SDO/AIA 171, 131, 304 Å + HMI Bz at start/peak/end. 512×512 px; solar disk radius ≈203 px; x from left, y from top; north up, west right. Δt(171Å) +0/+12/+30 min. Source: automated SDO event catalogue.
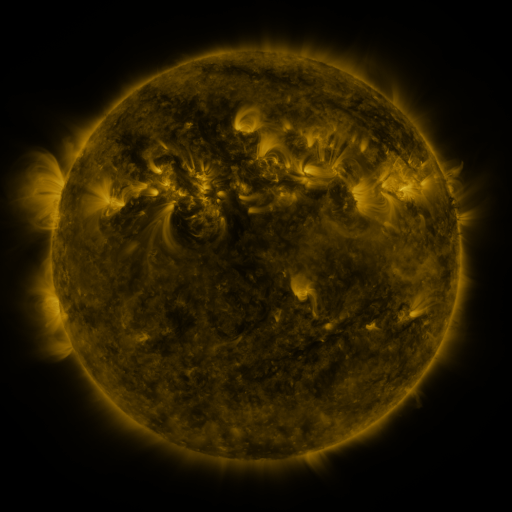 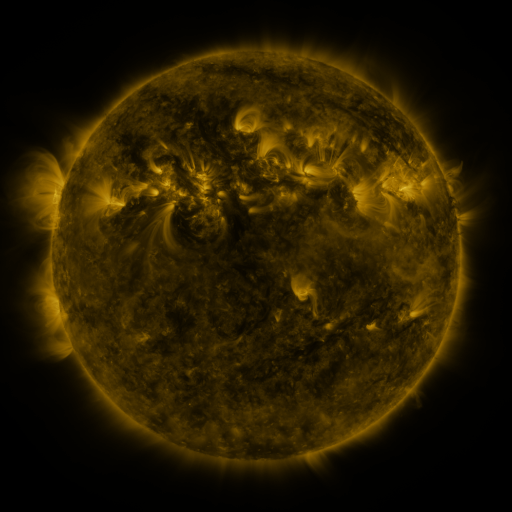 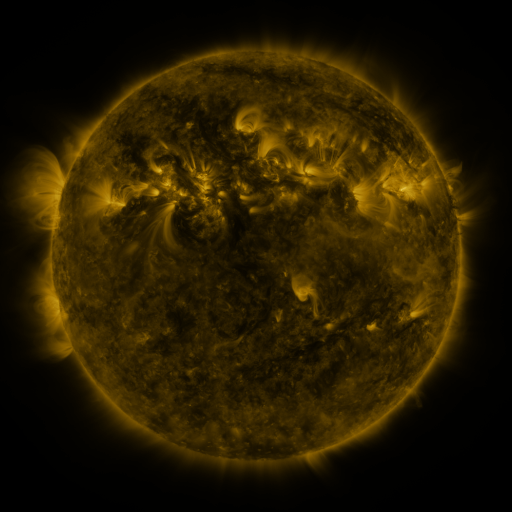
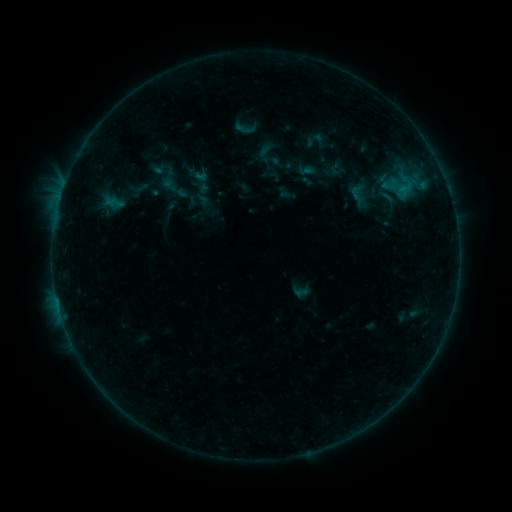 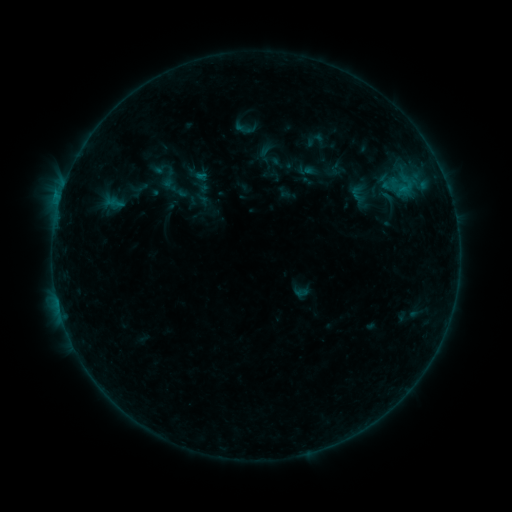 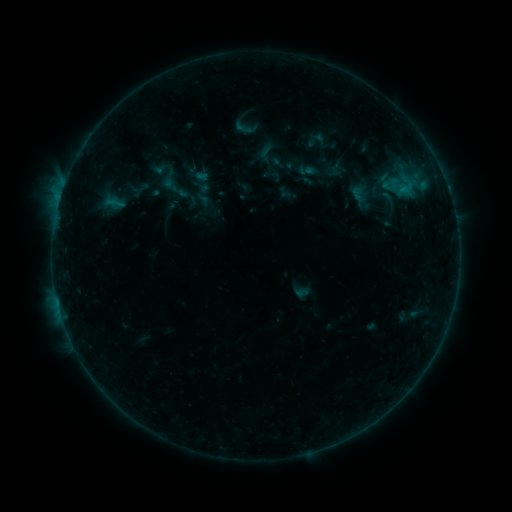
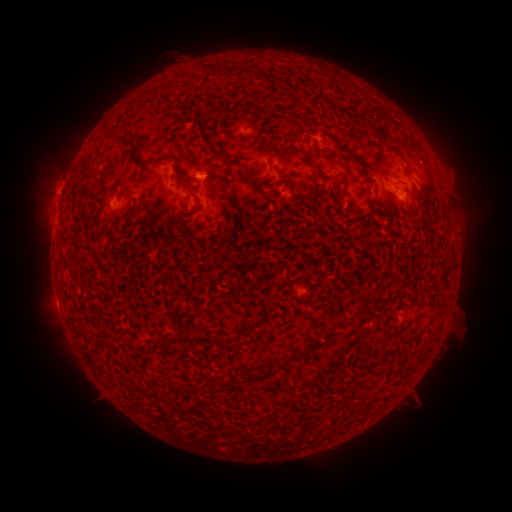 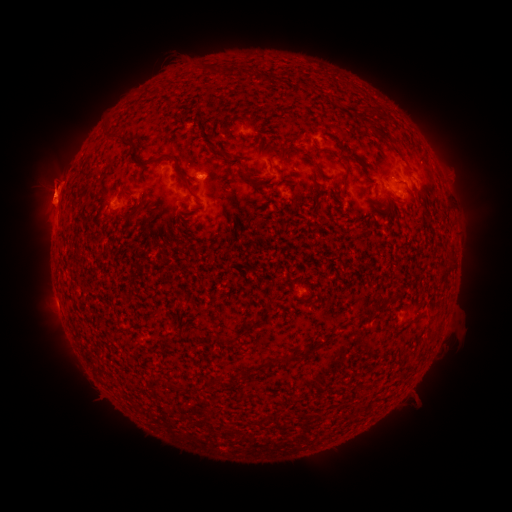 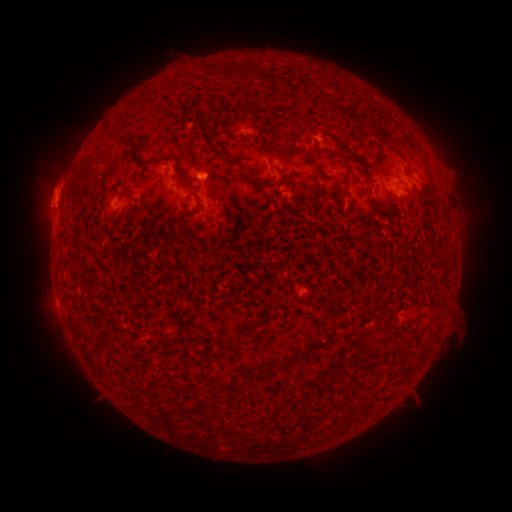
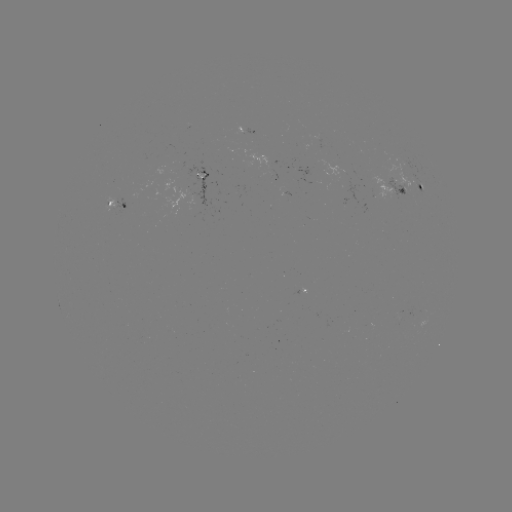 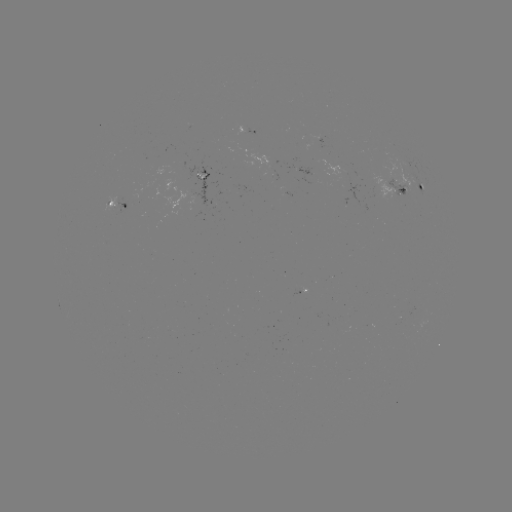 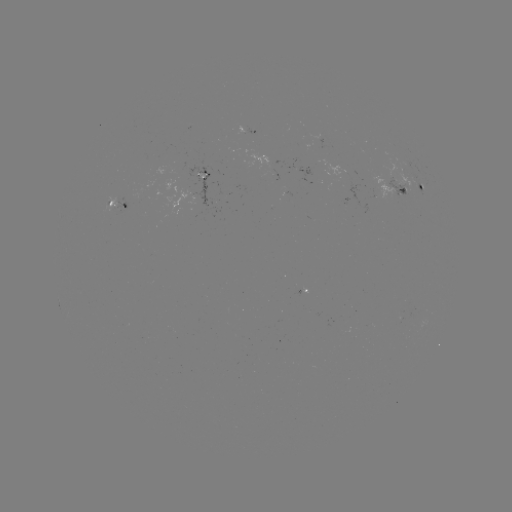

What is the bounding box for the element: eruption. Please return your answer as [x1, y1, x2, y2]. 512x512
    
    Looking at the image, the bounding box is [17, 141, 78, 226].